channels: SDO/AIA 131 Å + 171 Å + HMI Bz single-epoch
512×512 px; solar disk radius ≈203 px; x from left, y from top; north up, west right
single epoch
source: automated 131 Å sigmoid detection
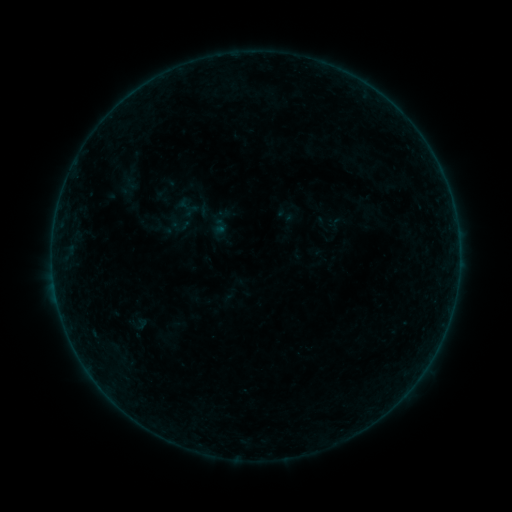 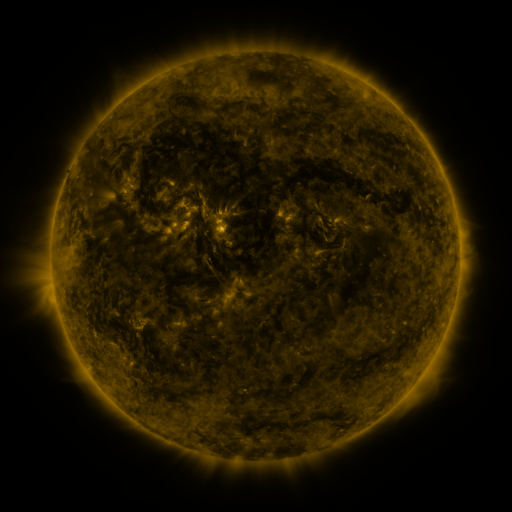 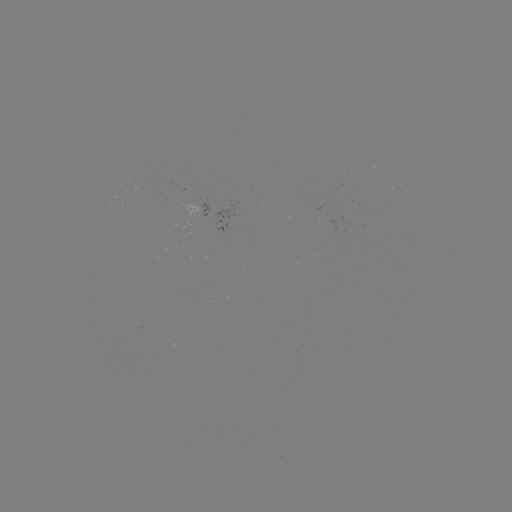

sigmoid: <bbox>119, 169, 140, 192</bbox>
